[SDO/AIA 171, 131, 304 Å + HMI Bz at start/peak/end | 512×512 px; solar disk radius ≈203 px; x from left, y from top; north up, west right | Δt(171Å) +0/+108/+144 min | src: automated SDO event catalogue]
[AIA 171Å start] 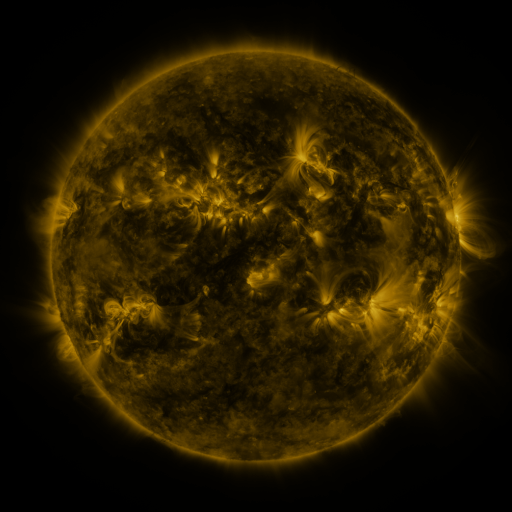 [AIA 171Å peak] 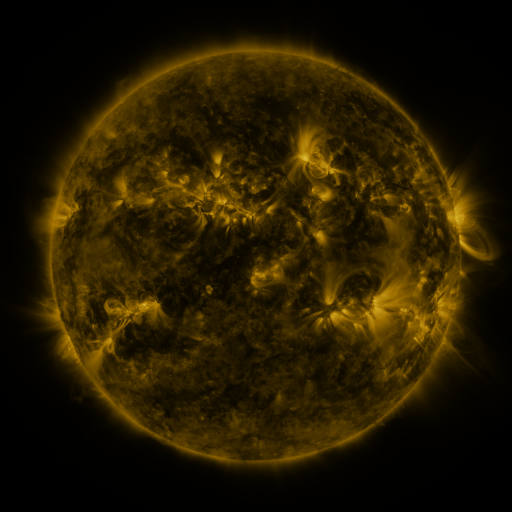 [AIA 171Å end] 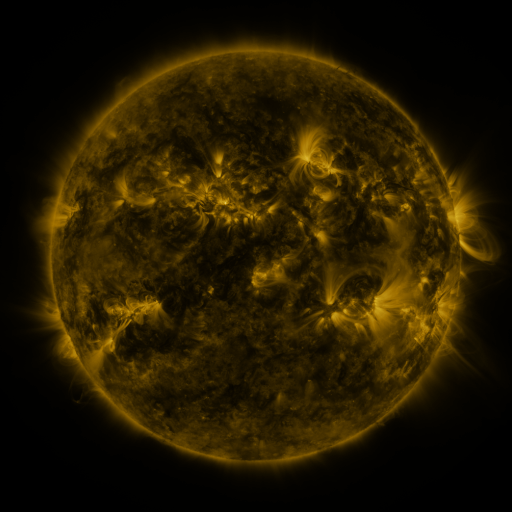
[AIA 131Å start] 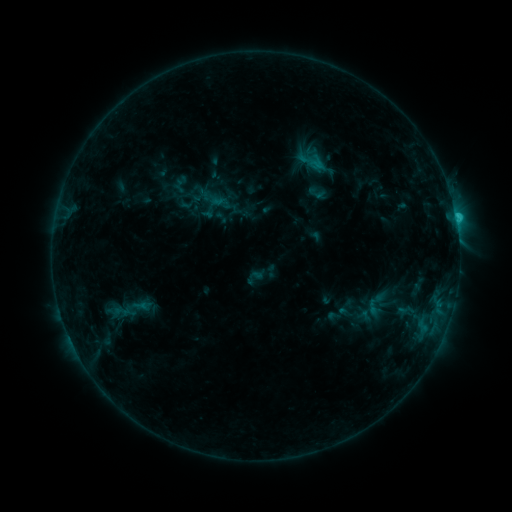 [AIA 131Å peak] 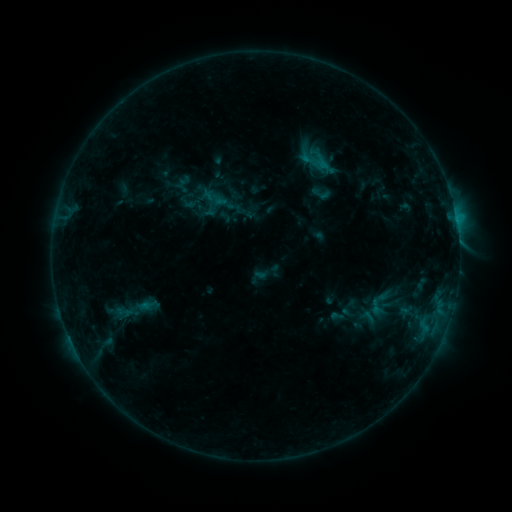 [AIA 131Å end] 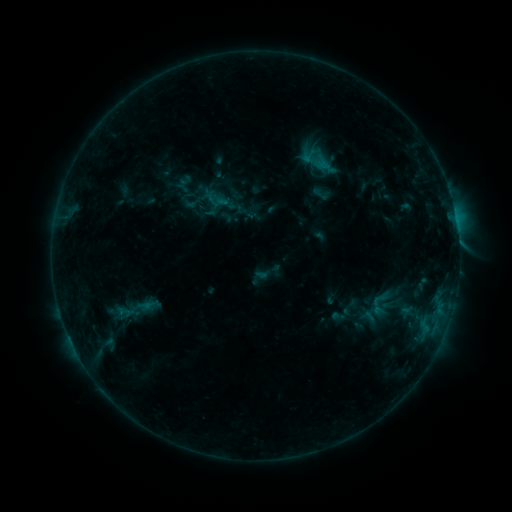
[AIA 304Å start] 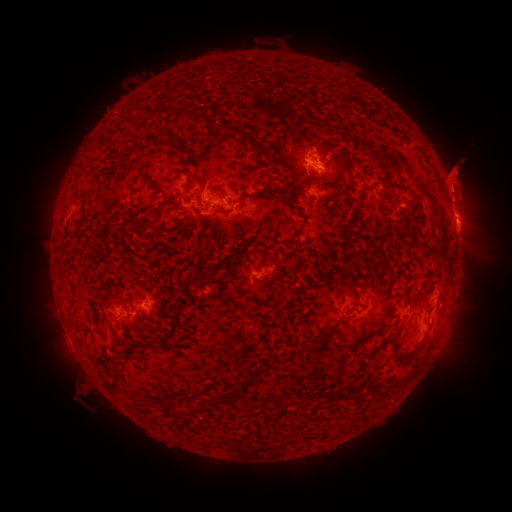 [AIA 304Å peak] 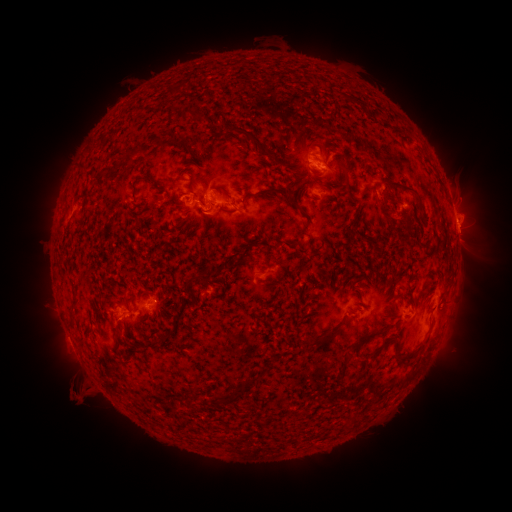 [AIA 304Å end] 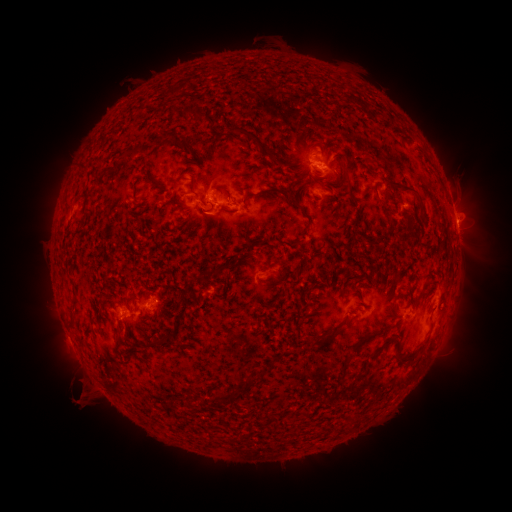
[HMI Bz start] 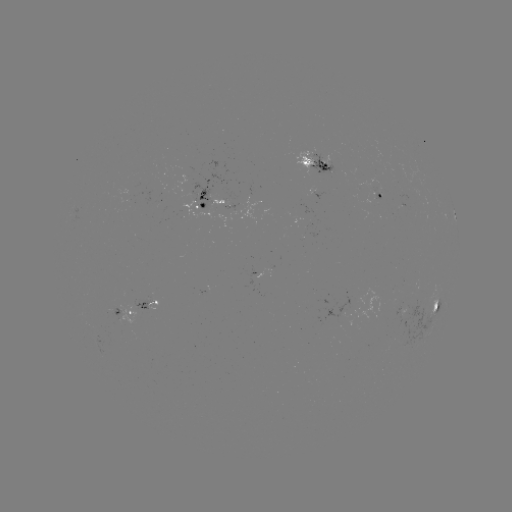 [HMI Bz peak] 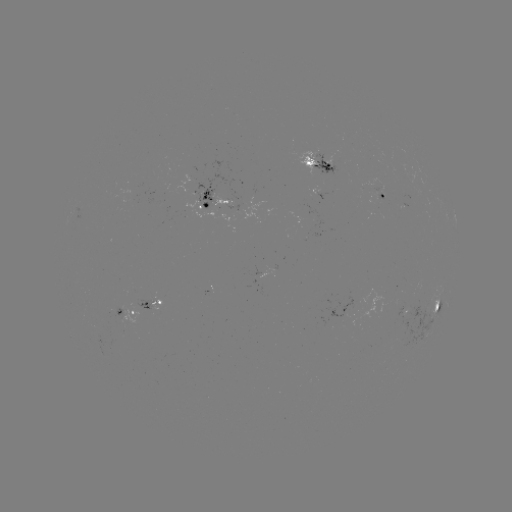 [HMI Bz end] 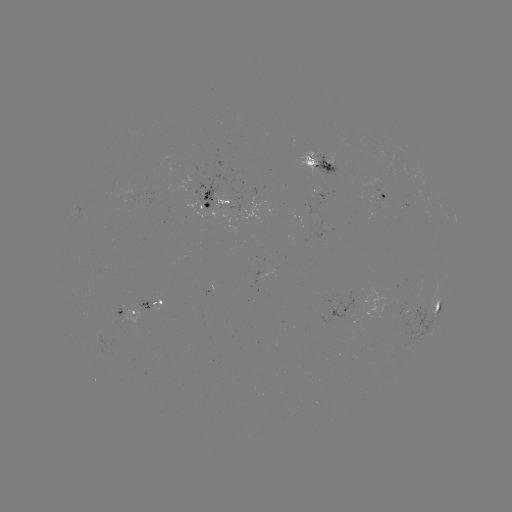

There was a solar emerging-flux region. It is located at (150, 300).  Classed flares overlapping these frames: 1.